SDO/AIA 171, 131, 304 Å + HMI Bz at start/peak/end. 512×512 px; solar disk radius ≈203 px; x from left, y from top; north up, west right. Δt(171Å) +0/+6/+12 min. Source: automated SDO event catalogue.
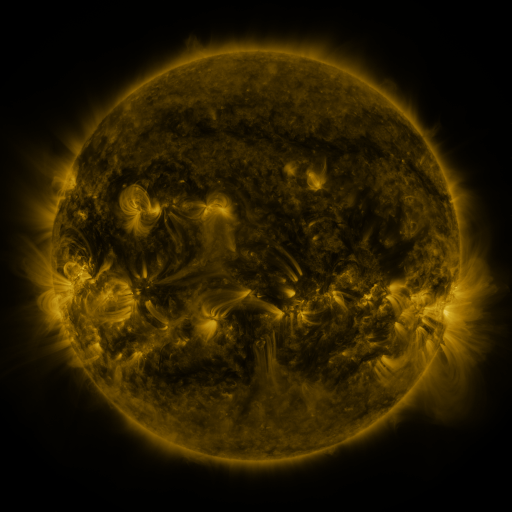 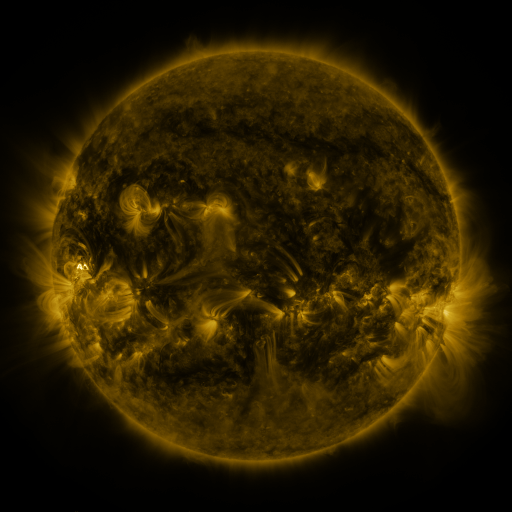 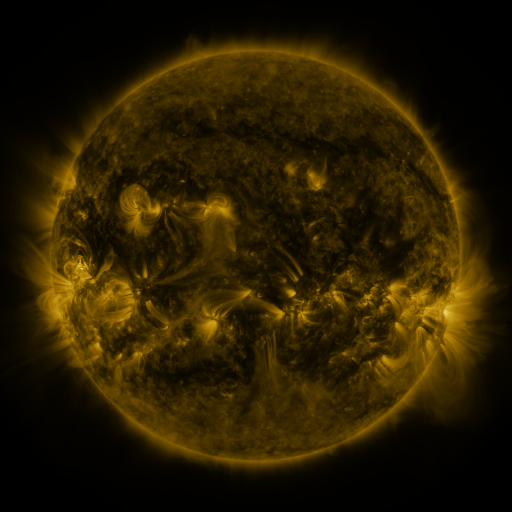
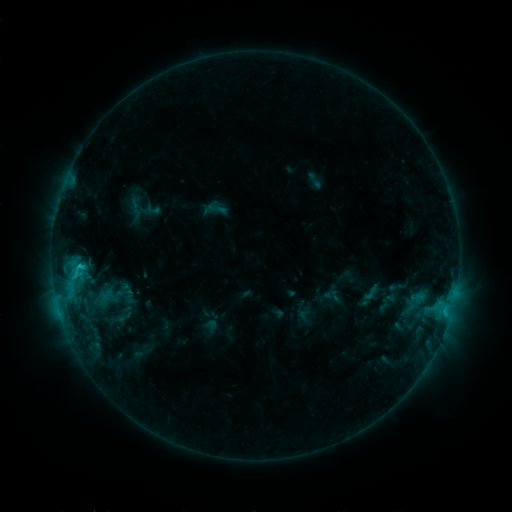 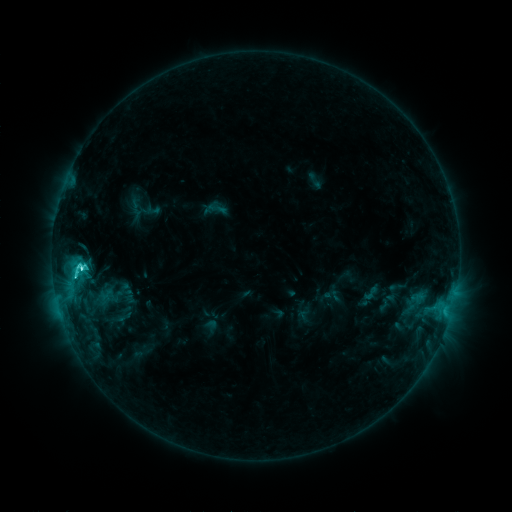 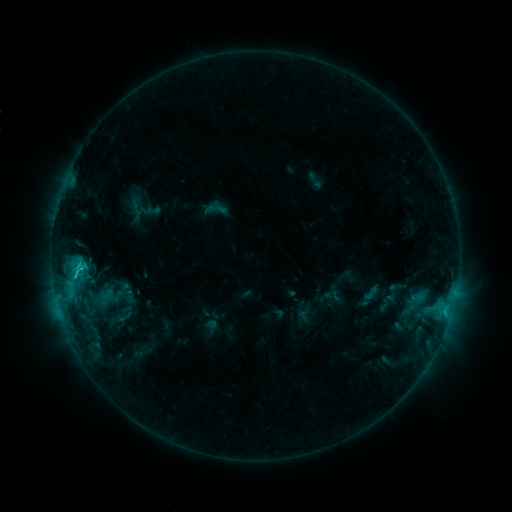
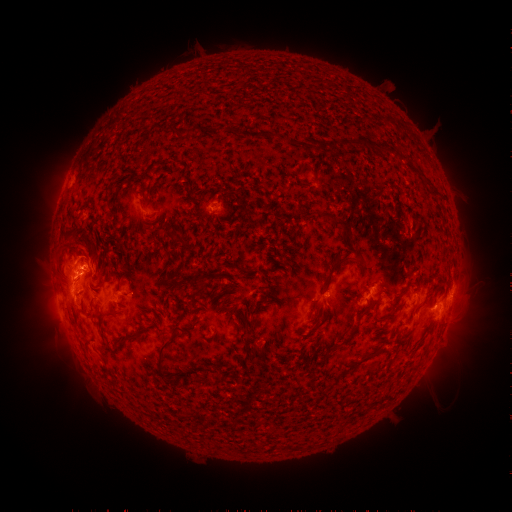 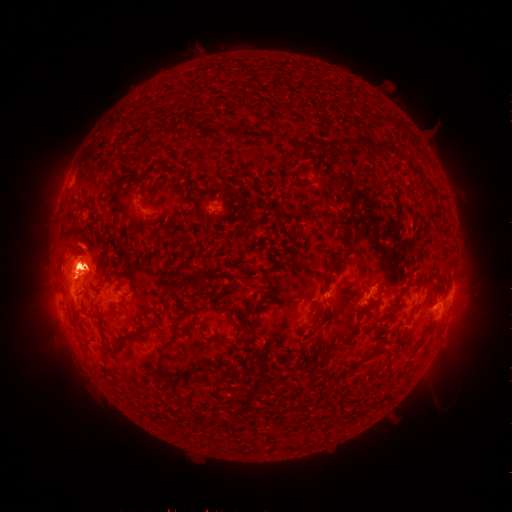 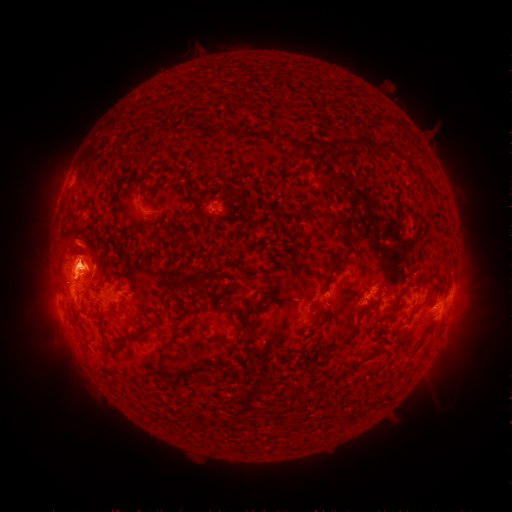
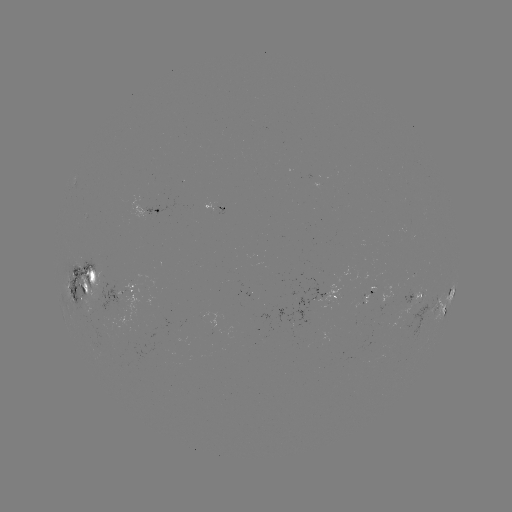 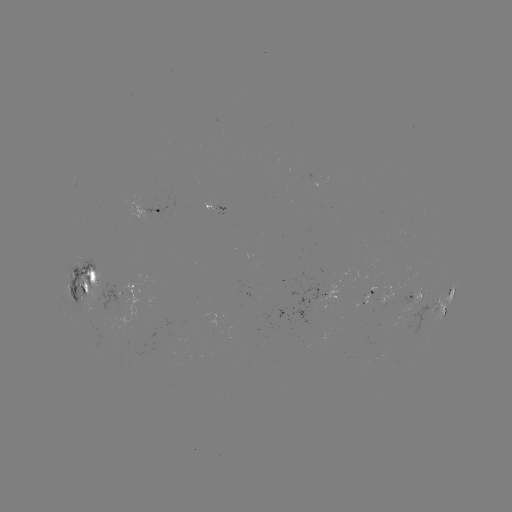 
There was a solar eruption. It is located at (68, 258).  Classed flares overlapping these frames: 1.